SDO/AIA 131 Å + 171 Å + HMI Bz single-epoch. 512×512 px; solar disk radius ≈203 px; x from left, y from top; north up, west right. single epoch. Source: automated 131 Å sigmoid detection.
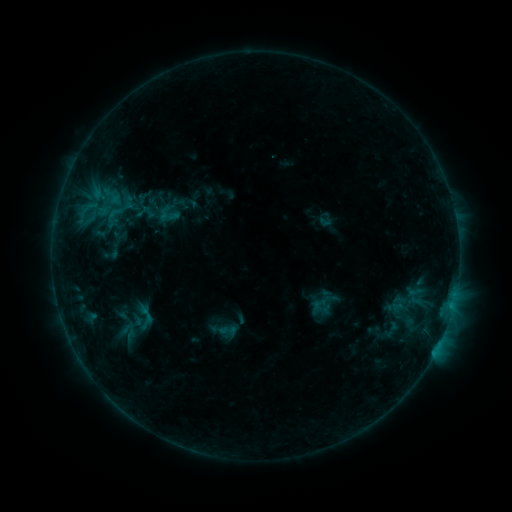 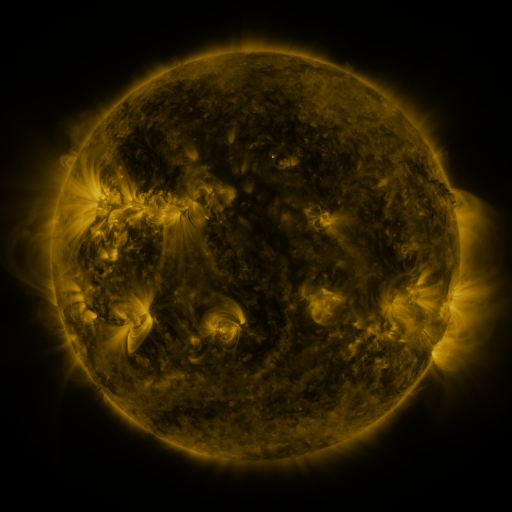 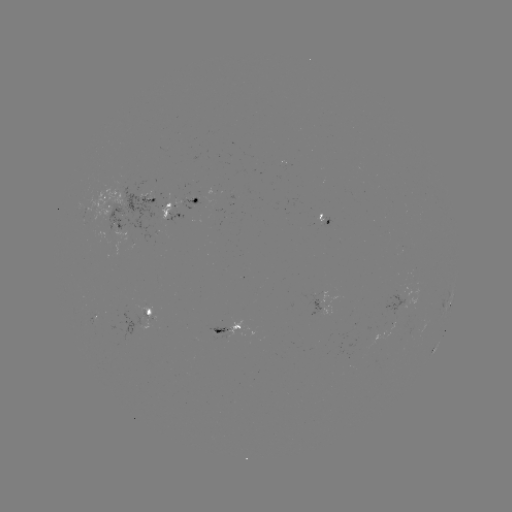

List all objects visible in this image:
sigmoid: (110, 207)
sigmoid: (141, 317)
